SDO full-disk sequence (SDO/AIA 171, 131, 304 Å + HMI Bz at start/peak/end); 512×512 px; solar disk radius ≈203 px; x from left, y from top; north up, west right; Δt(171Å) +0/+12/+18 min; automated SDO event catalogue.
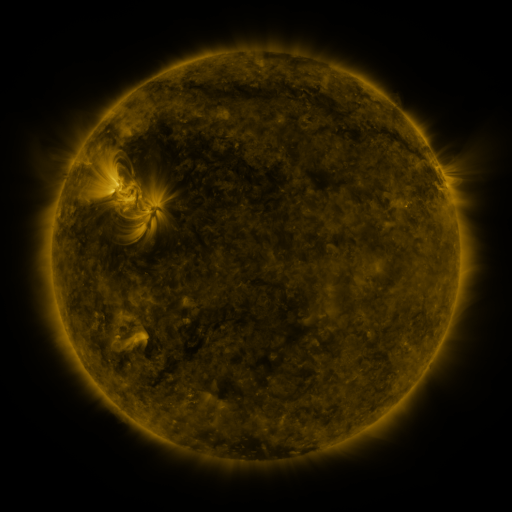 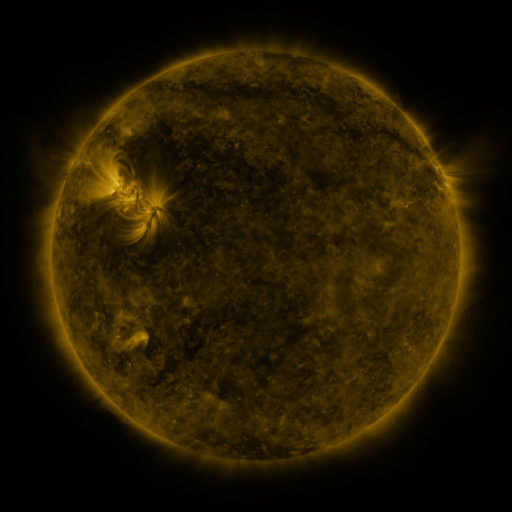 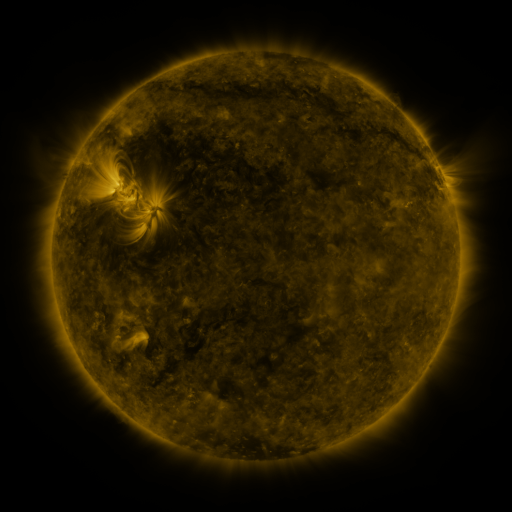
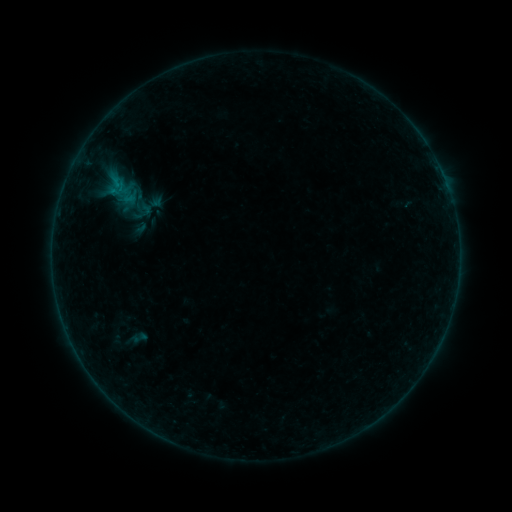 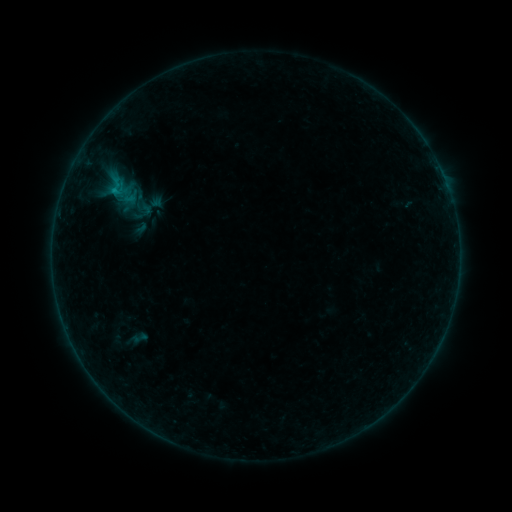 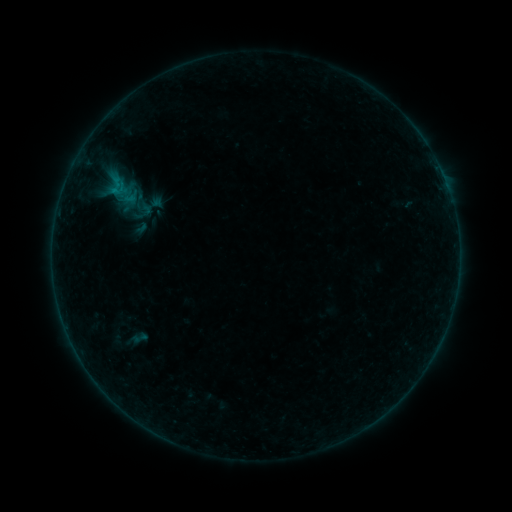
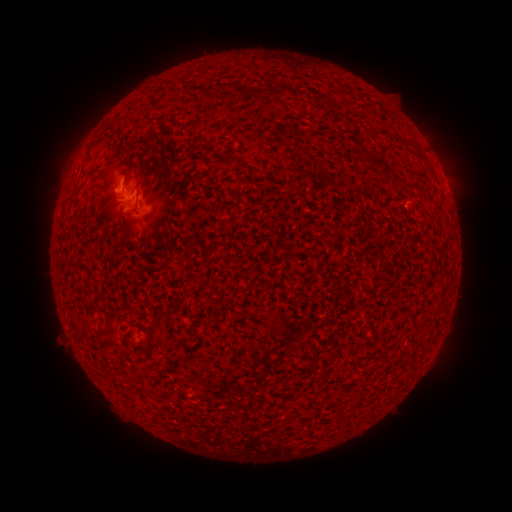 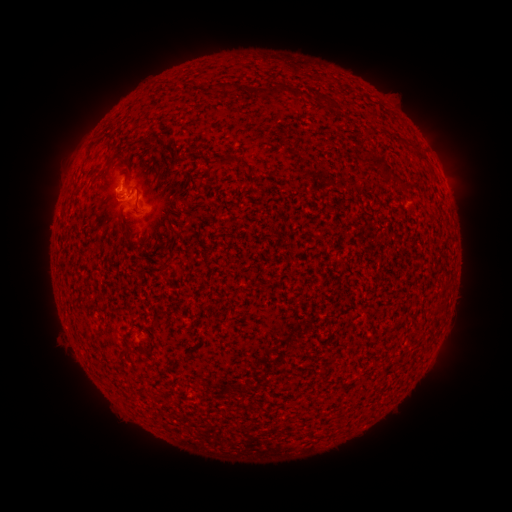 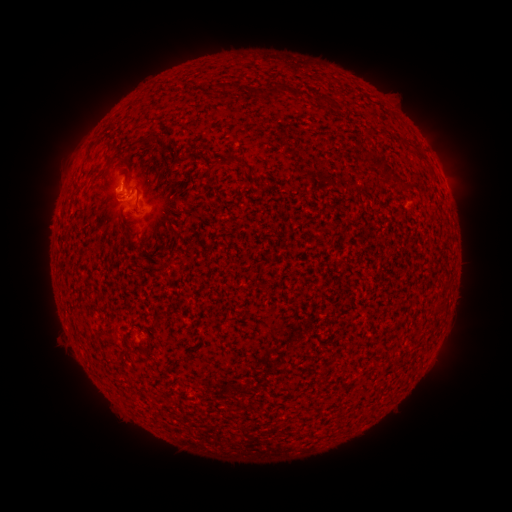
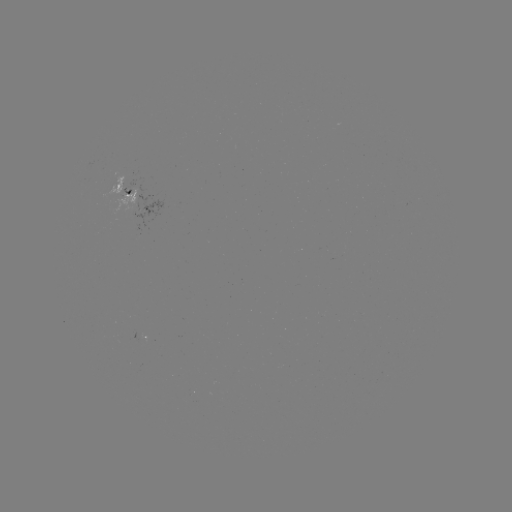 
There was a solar flare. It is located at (131, 193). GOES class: B3.4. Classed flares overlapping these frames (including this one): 1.